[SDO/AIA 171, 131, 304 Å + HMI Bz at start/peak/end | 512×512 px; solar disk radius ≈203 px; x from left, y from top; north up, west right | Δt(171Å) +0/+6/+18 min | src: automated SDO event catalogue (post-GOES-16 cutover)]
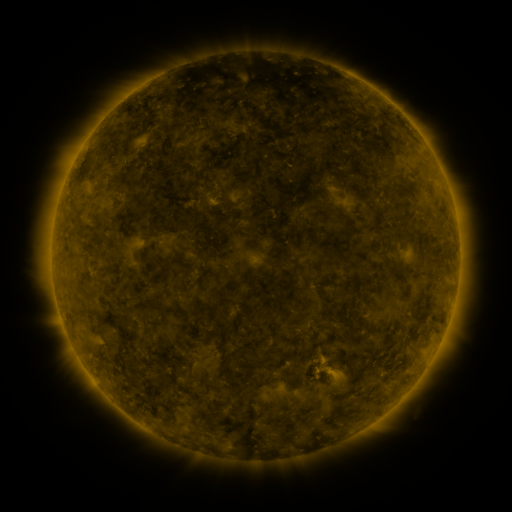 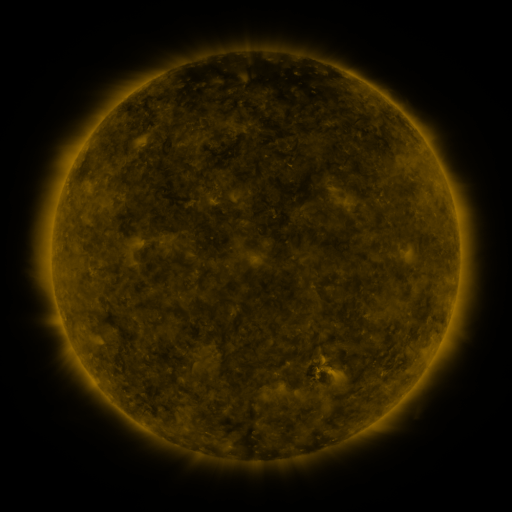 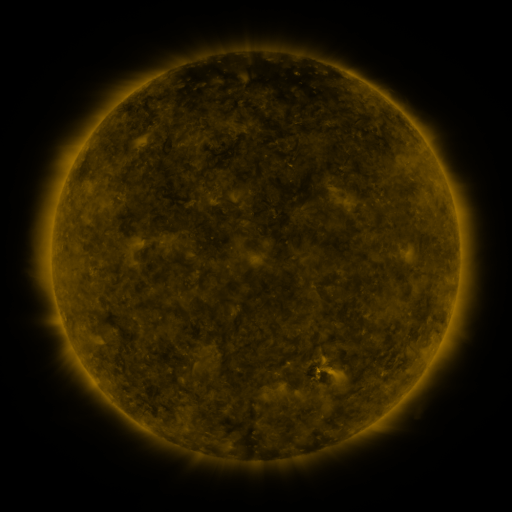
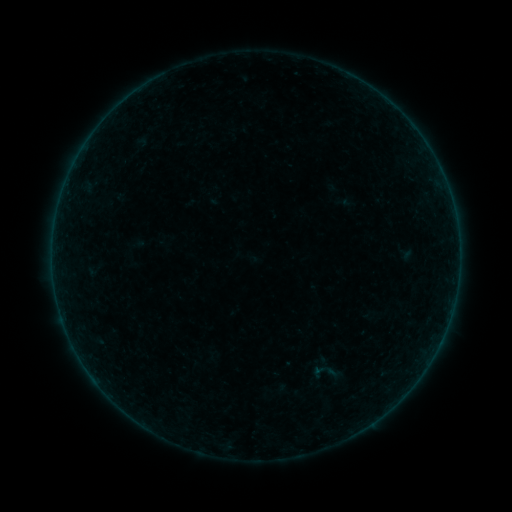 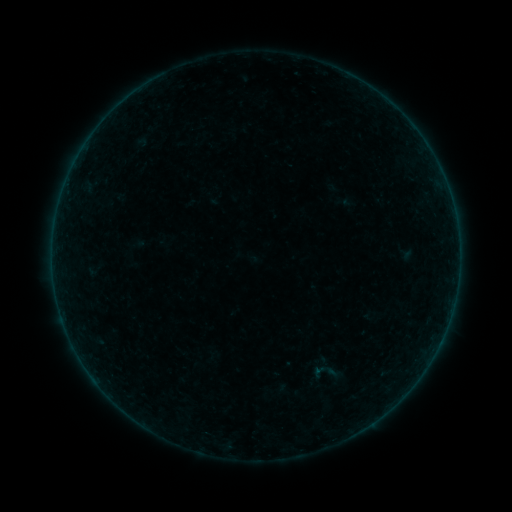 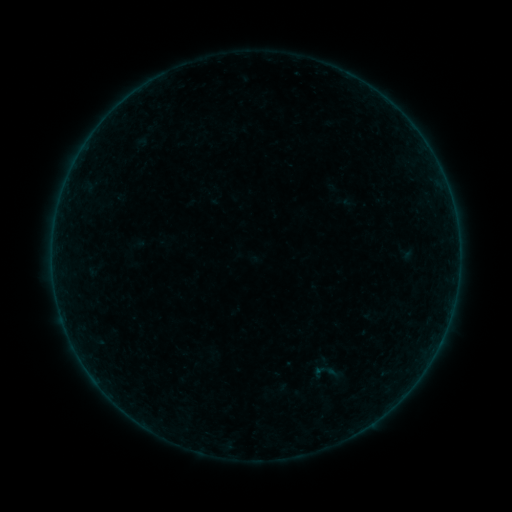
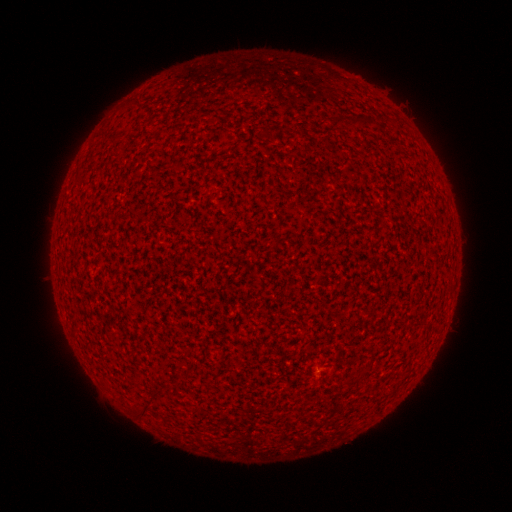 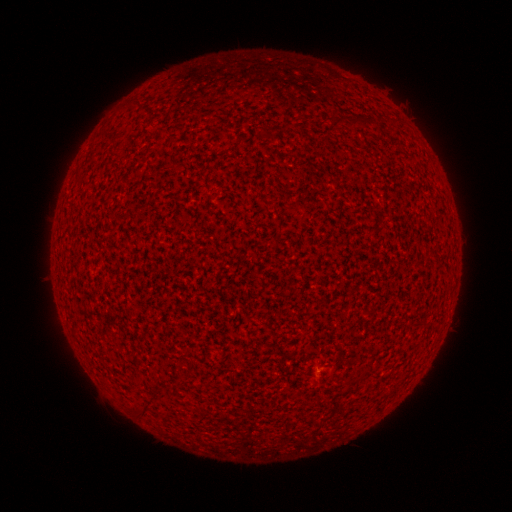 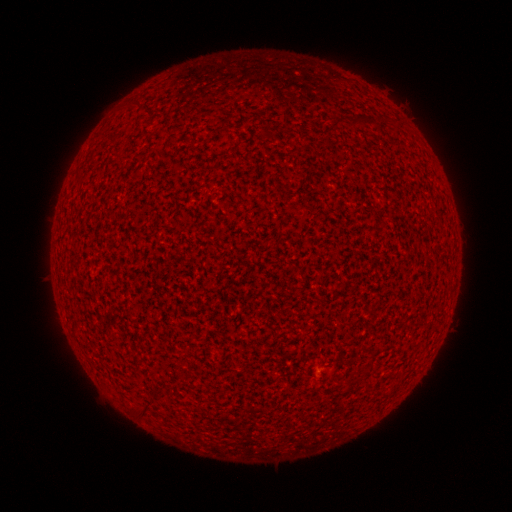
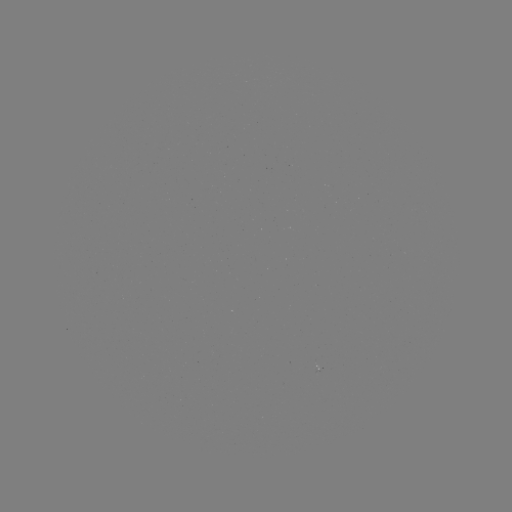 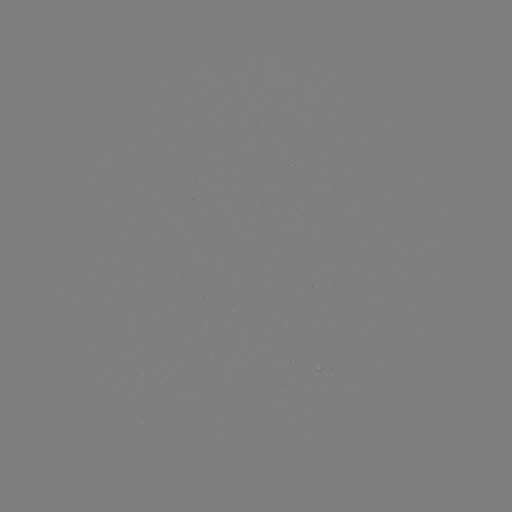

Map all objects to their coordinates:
A1.6 flare: (318, 369)
